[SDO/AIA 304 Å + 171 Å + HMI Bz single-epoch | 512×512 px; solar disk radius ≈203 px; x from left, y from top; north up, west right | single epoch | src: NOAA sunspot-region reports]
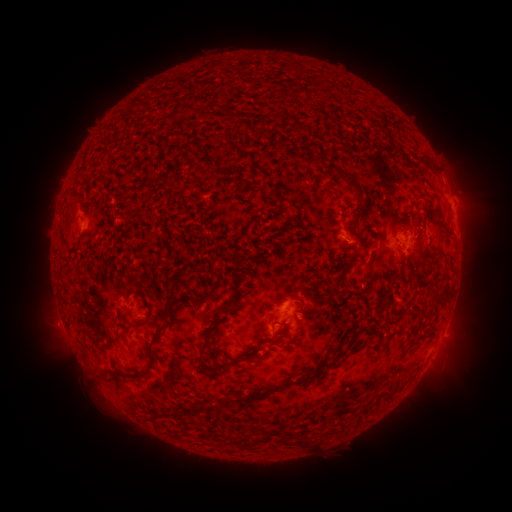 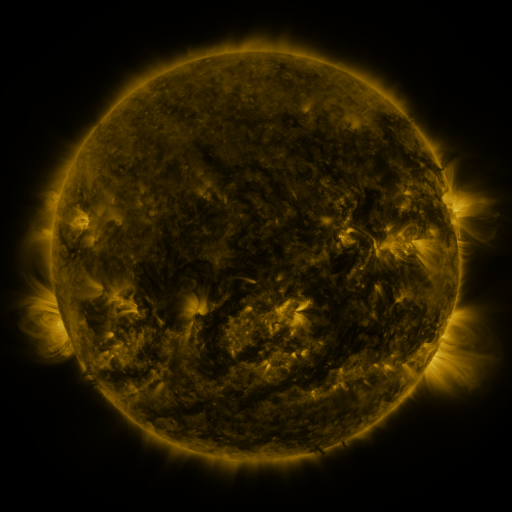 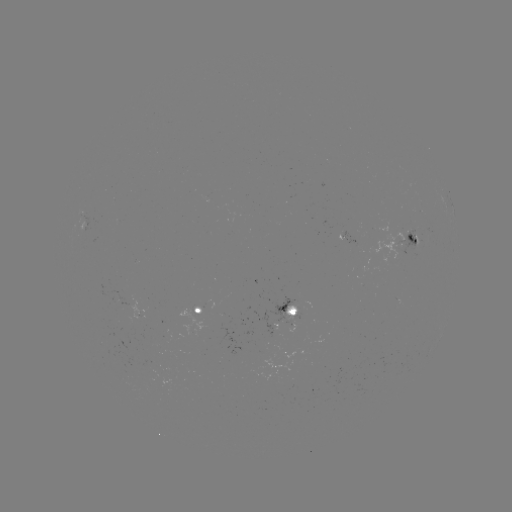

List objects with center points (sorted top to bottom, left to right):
spotted active region: (350, 238)
spotted active region: (405, 238)
spotted active region: (200, 310)
spotted active region: (290, 311)
